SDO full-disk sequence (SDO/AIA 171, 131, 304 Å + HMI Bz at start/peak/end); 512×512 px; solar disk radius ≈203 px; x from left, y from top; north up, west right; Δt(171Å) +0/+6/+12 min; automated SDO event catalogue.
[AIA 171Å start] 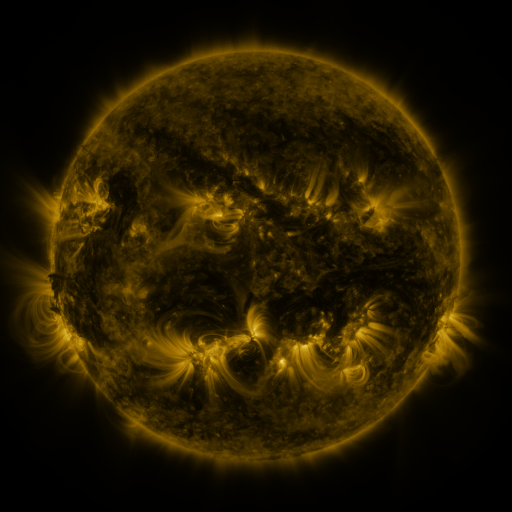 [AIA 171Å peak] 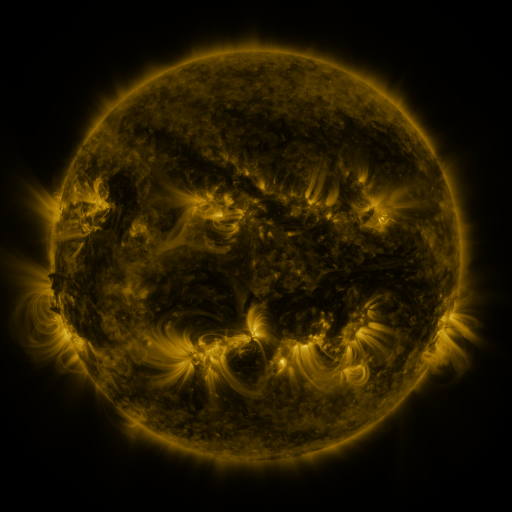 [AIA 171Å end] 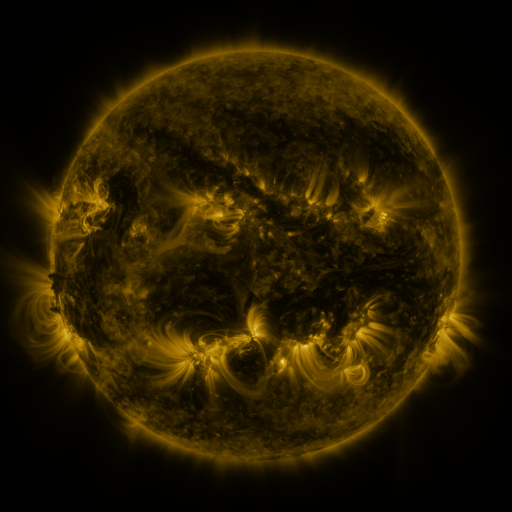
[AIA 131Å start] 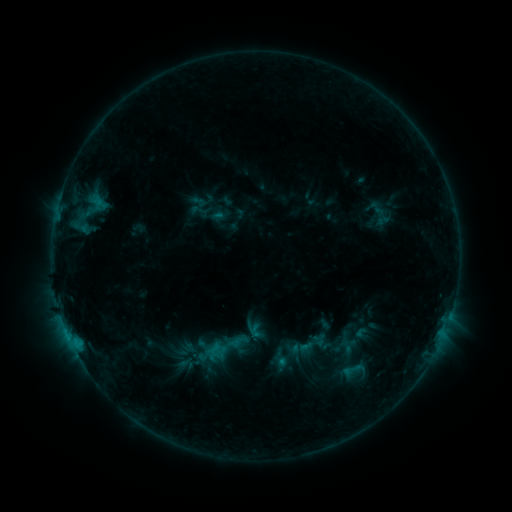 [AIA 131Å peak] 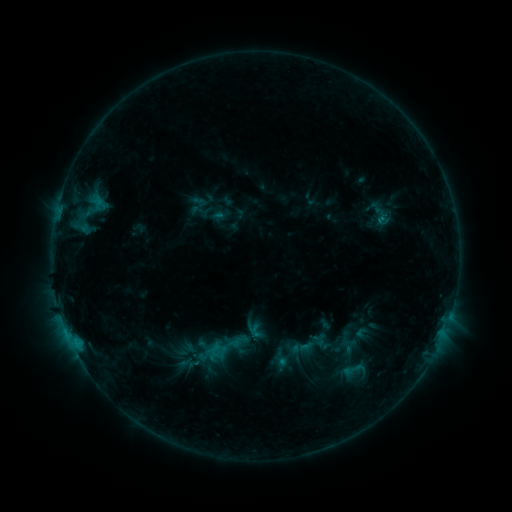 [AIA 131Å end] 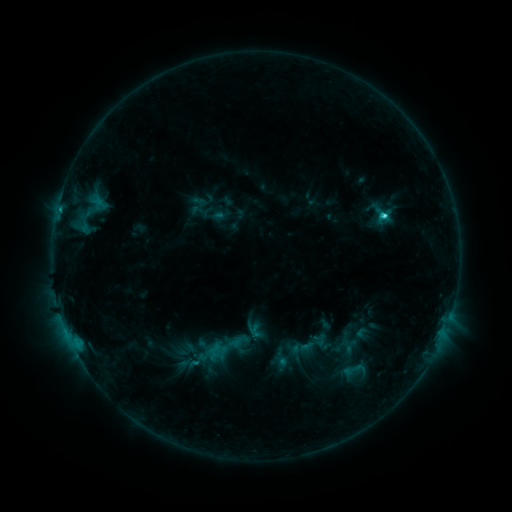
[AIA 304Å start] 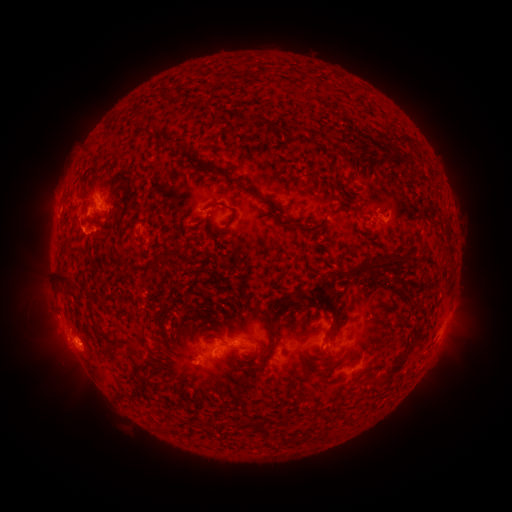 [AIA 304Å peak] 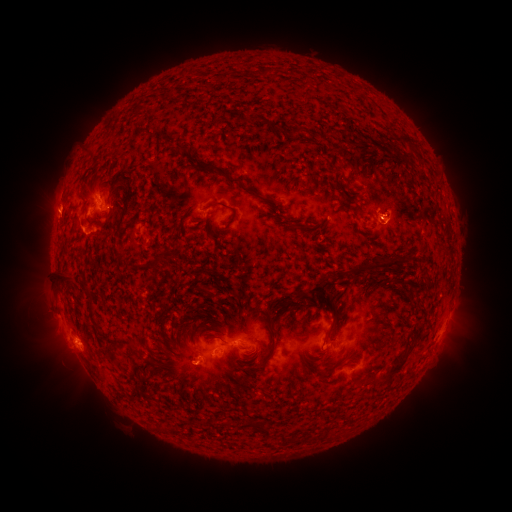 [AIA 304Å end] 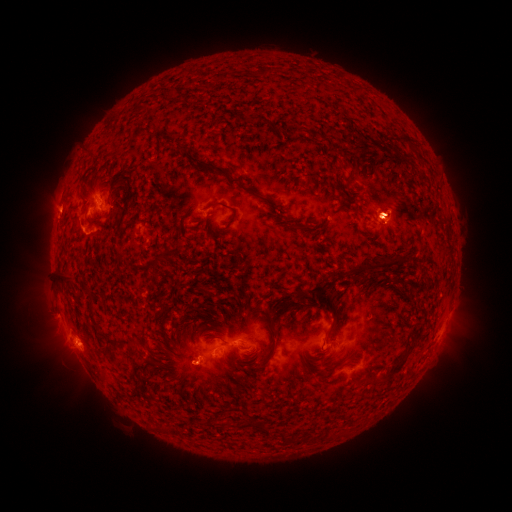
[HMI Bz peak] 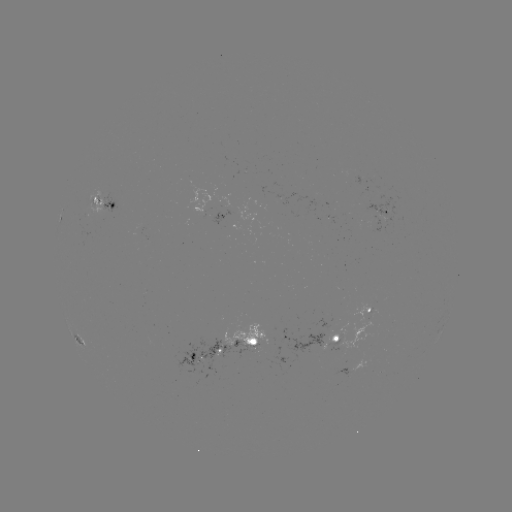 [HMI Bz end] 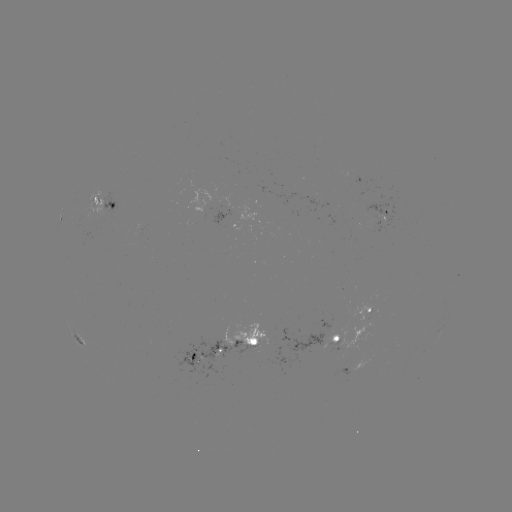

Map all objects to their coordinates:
eruption: (388, 216)
